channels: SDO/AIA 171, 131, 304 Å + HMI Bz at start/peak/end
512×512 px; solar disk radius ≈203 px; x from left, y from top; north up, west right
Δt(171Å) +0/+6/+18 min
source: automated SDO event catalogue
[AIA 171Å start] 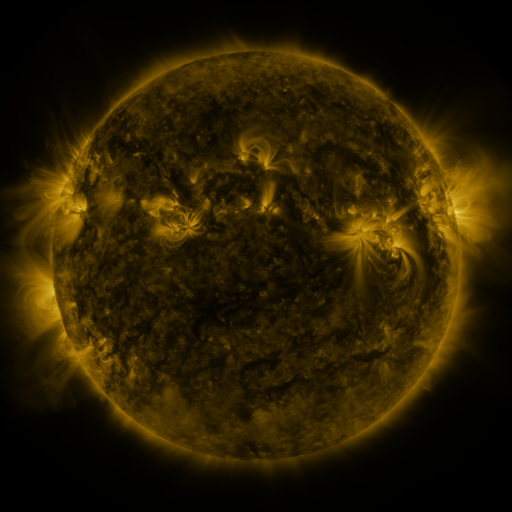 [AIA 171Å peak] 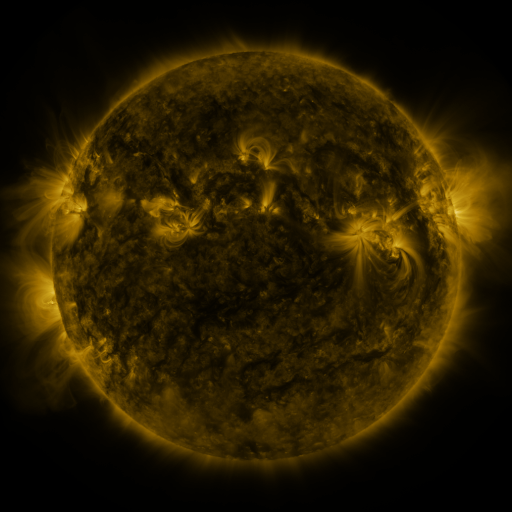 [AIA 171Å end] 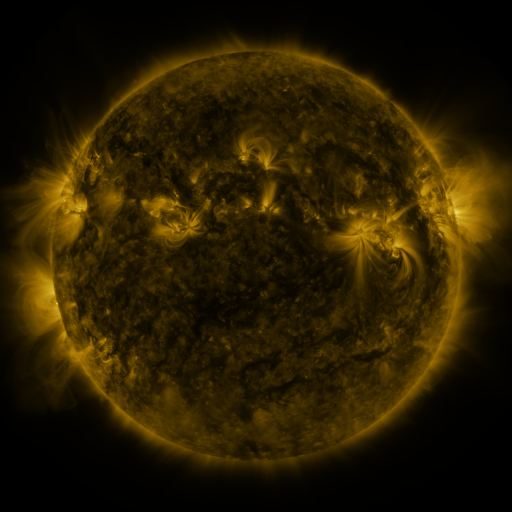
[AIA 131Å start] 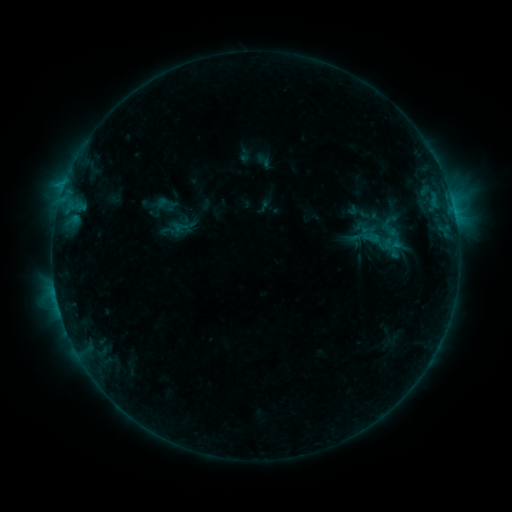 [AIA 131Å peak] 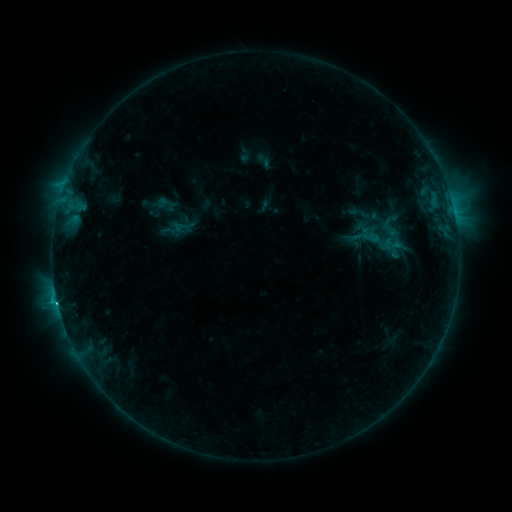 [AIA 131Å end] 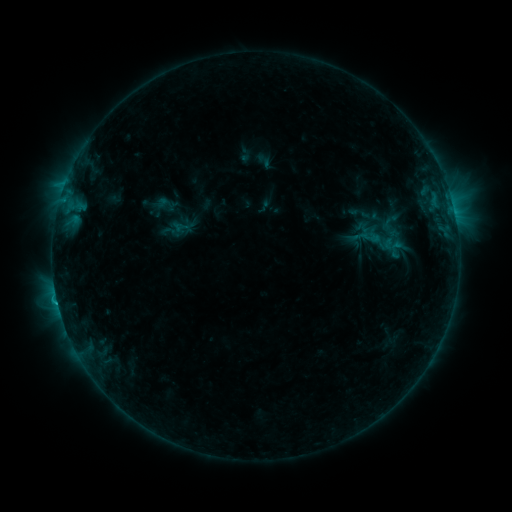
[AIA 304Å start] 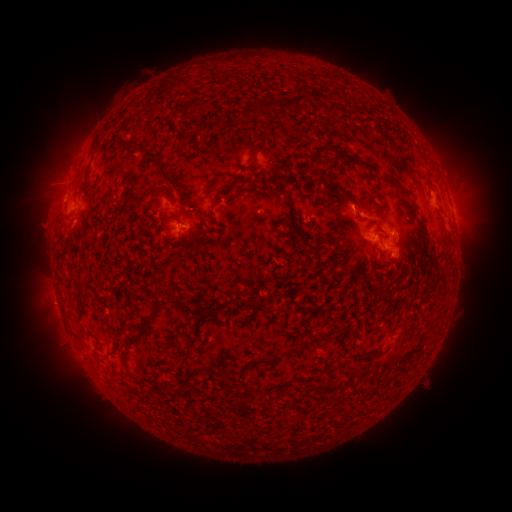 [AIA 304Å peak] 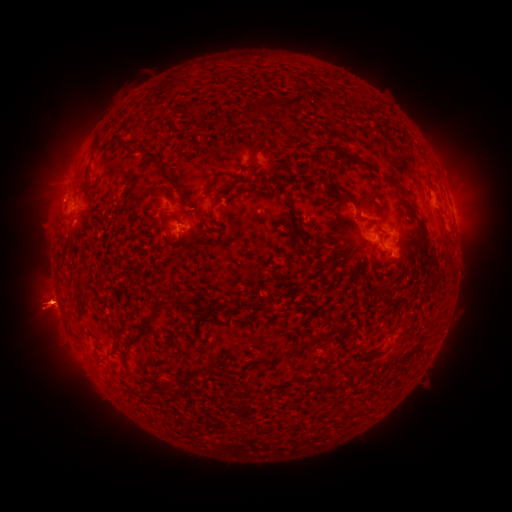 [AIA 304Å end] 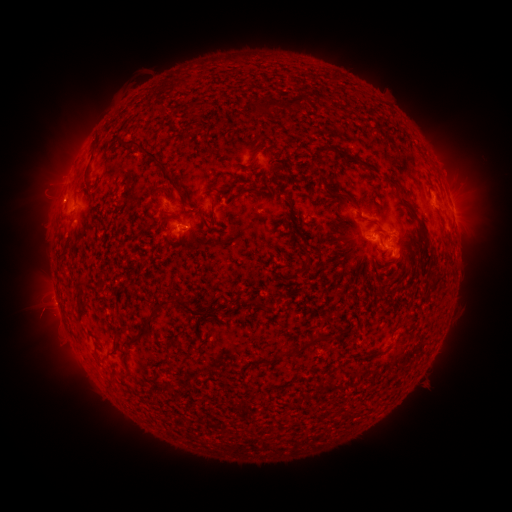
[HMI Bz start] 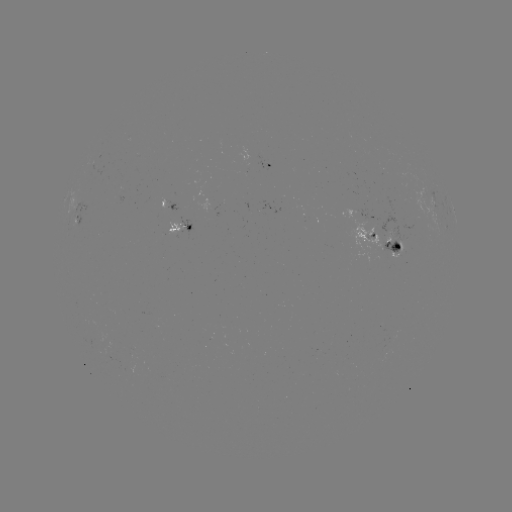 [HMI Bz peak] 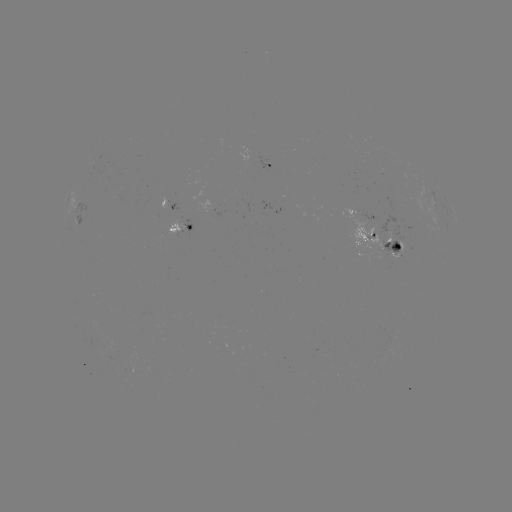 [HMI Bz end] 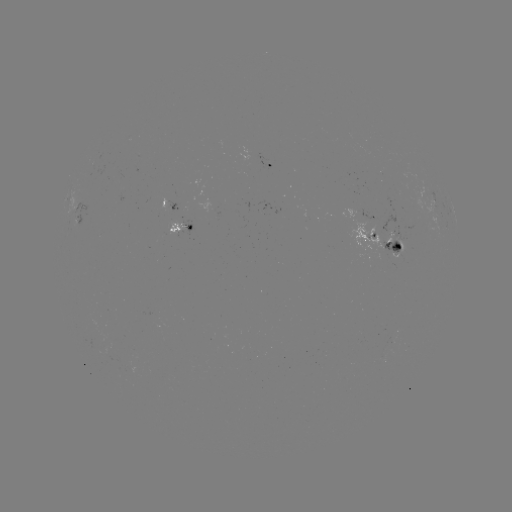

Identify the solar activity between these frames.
eruption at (48, 308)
